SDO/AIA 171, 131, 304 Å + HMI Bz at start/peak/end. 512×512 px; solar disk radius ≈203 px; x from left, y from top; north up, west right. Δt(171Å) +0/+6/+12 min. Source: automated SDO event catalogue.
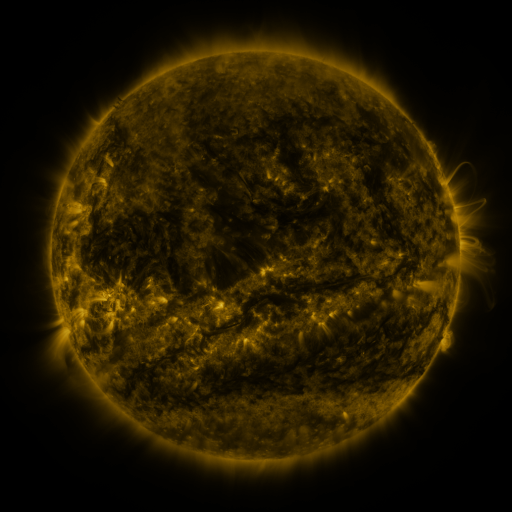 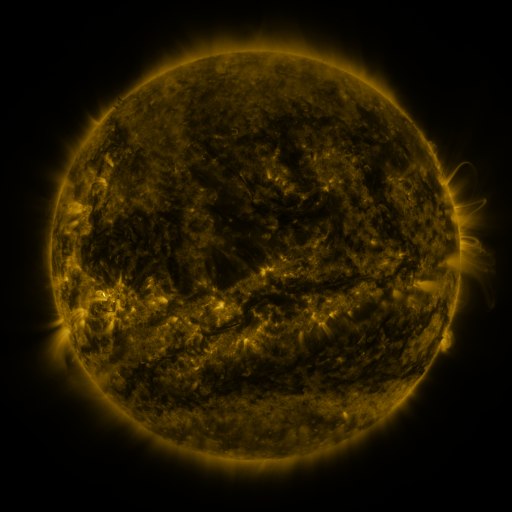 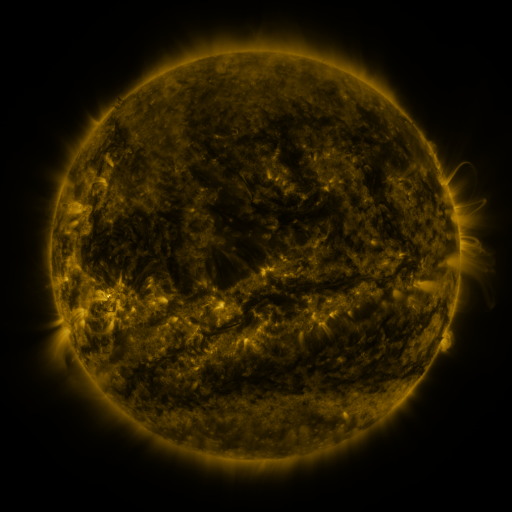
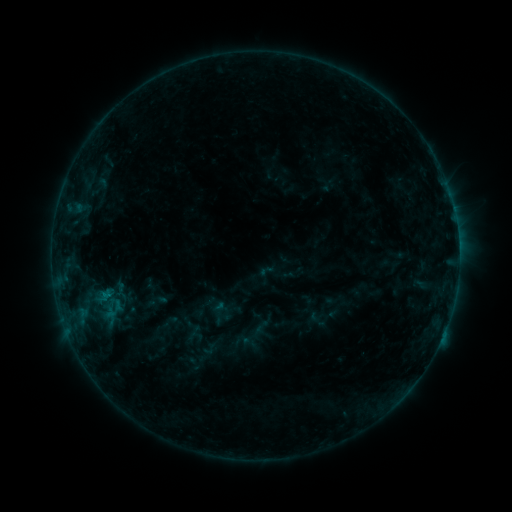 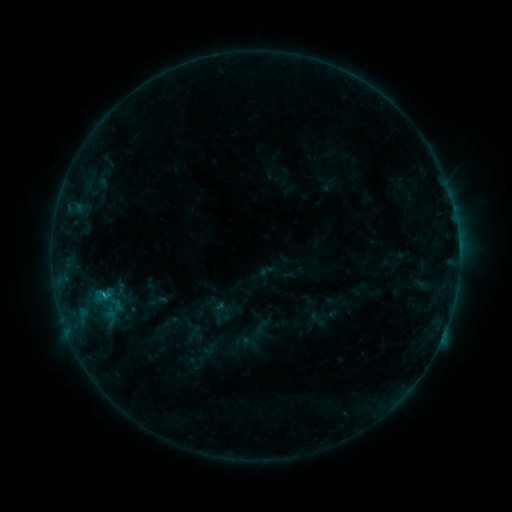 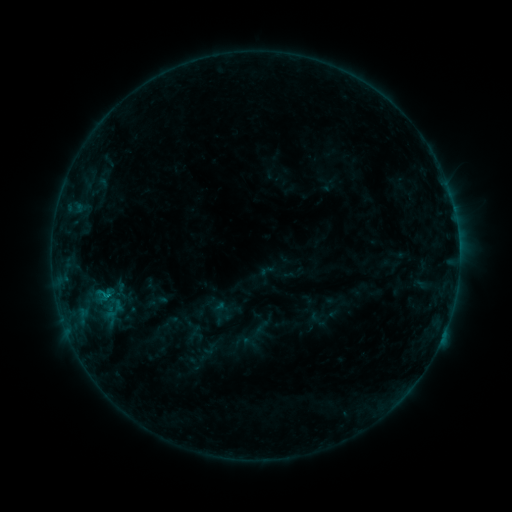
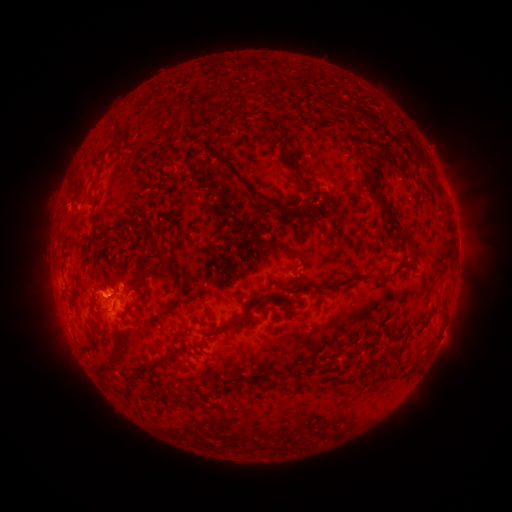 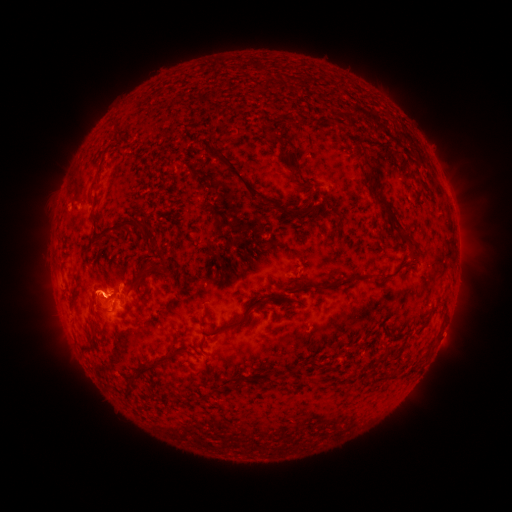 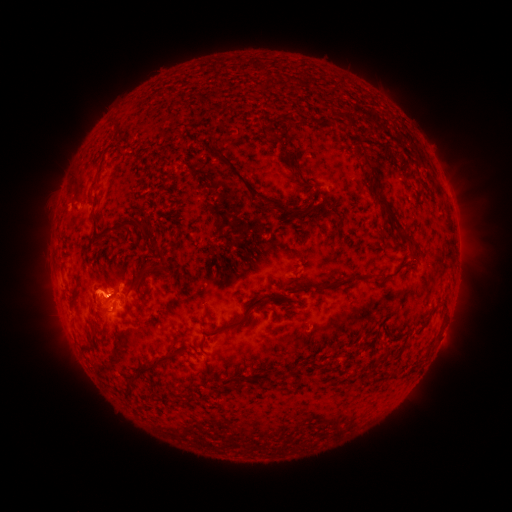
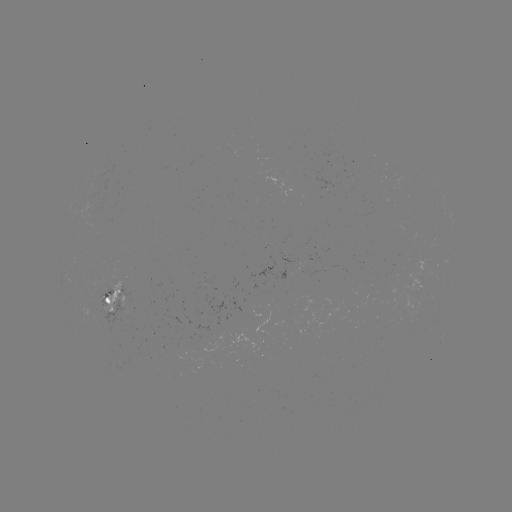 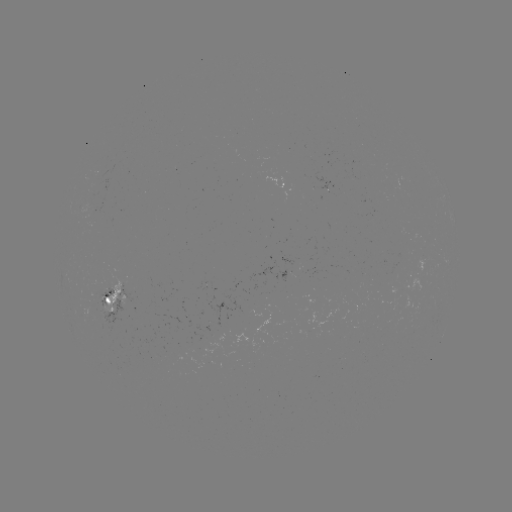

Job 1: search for B7.9 flare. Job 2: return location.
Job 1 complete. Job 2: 209,301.